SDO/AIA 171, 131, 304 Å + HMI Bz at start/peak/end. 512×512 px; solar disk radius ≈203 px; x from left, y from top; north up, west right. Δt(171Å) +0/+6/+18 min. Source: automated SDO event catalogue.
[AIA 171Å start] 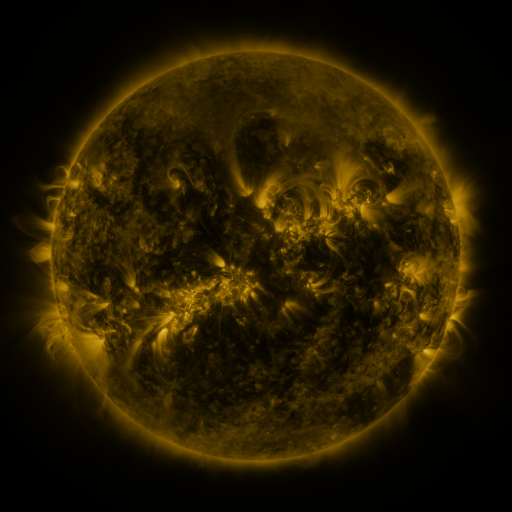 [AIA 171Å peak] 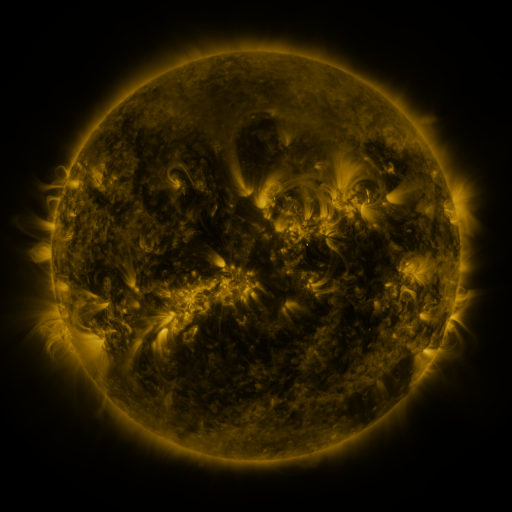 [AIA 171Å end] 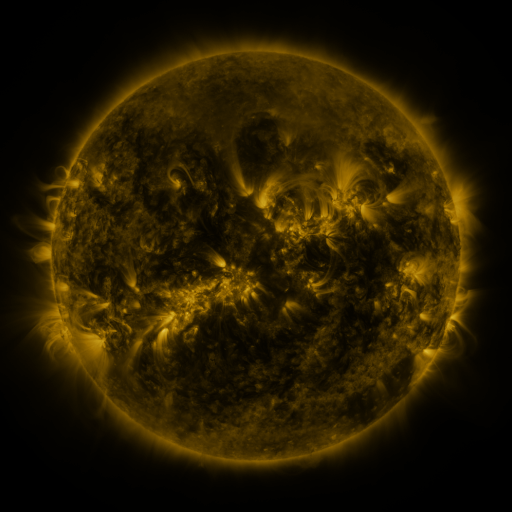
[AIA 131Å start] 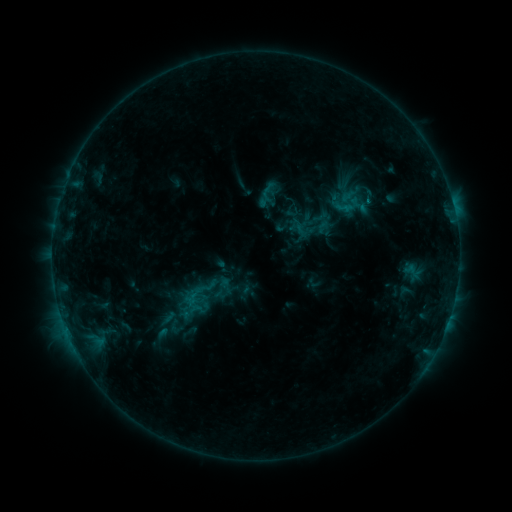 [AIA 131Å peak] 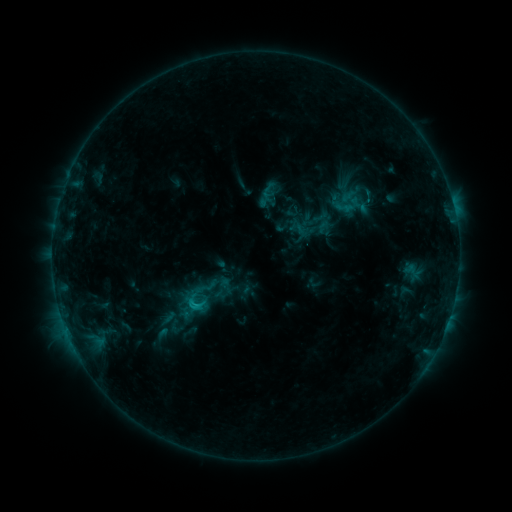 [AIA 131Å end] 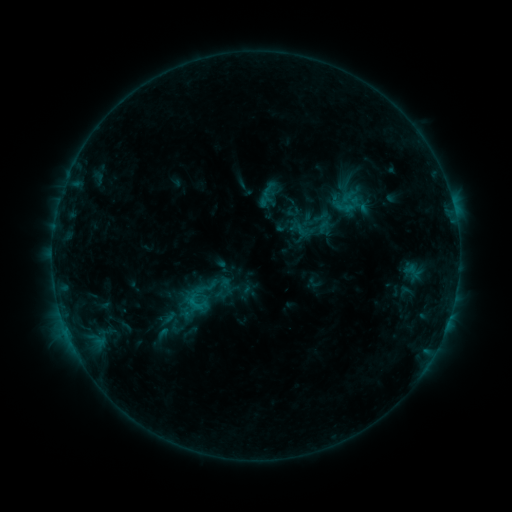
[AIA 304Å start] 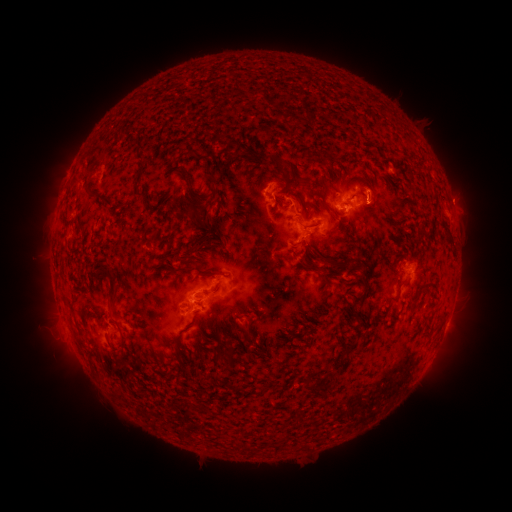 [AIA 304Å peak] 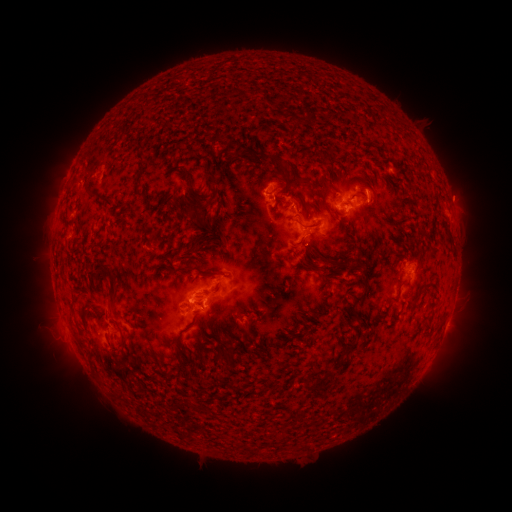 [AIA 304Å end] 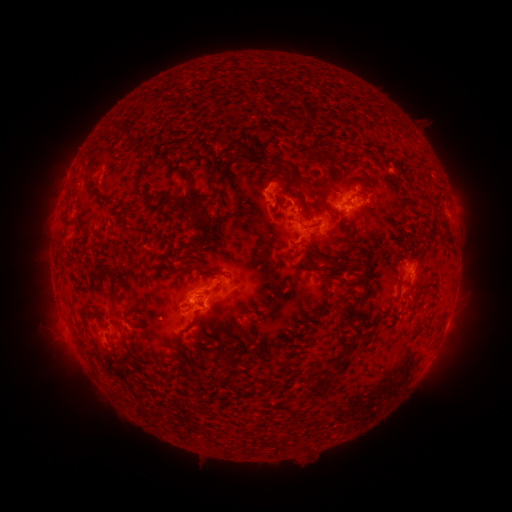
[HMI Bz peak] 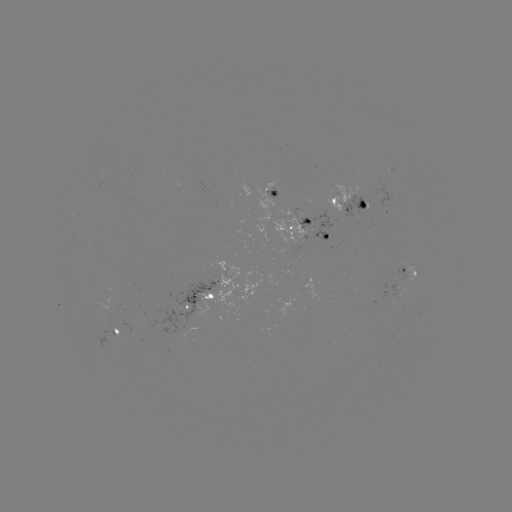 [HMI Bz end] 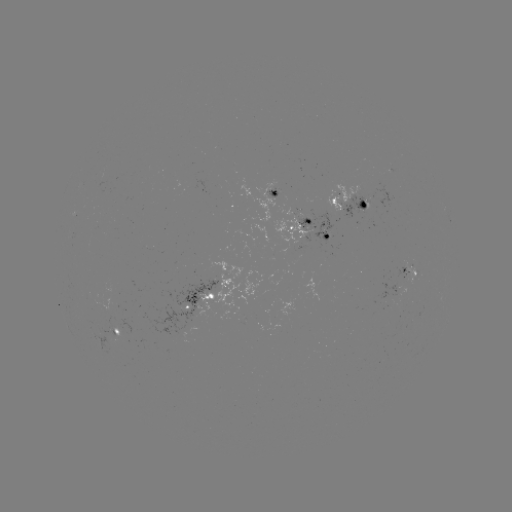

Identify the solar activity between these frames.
C1.1 flare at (198, 306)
